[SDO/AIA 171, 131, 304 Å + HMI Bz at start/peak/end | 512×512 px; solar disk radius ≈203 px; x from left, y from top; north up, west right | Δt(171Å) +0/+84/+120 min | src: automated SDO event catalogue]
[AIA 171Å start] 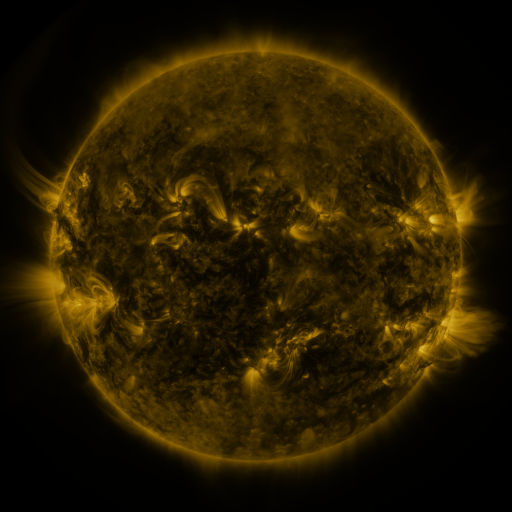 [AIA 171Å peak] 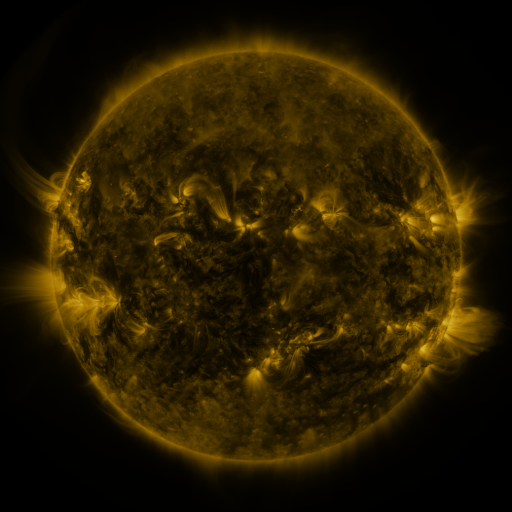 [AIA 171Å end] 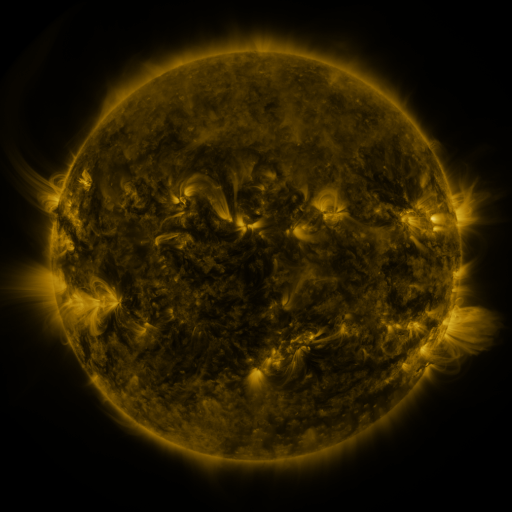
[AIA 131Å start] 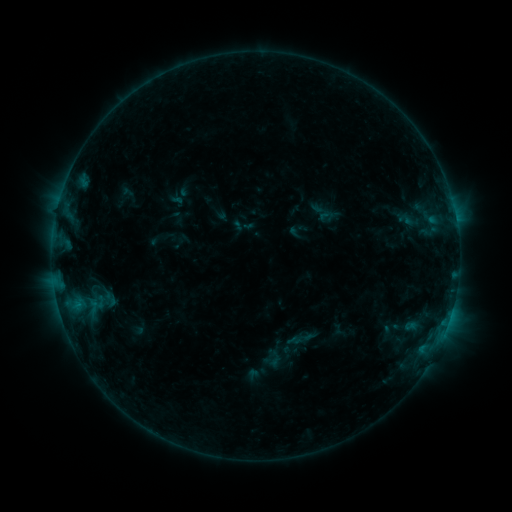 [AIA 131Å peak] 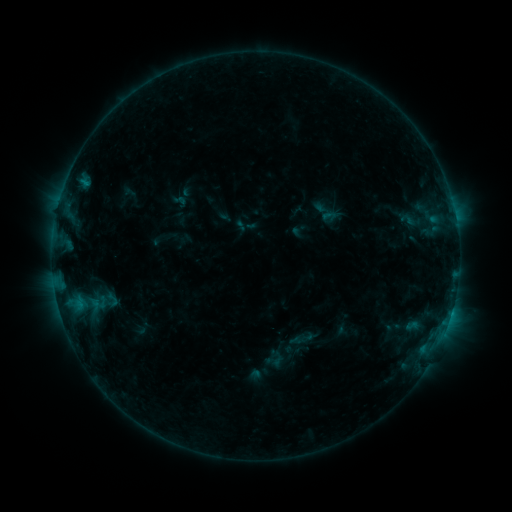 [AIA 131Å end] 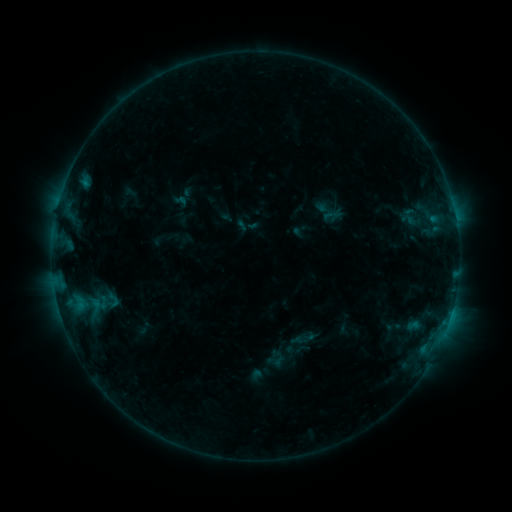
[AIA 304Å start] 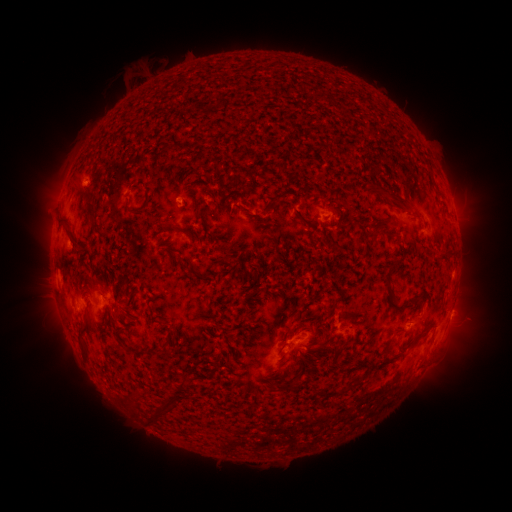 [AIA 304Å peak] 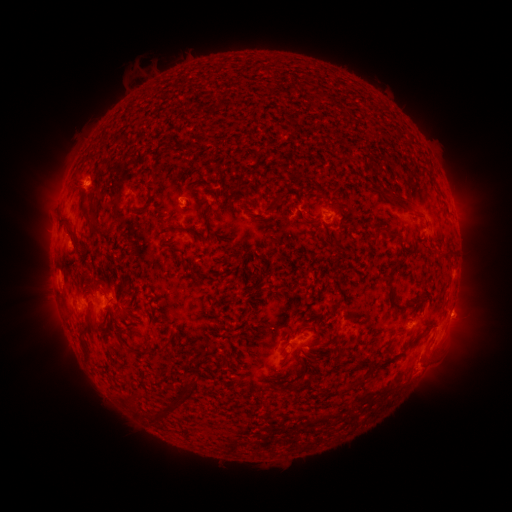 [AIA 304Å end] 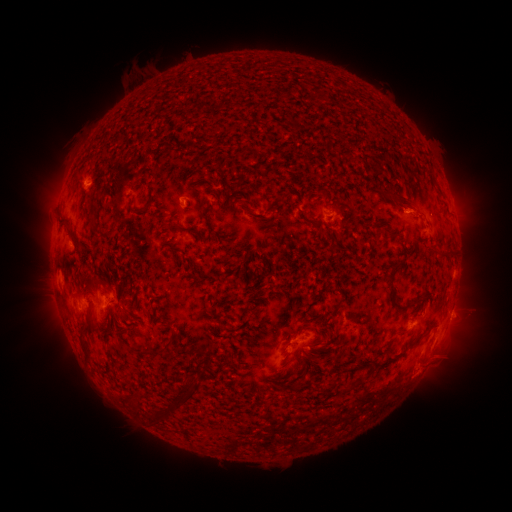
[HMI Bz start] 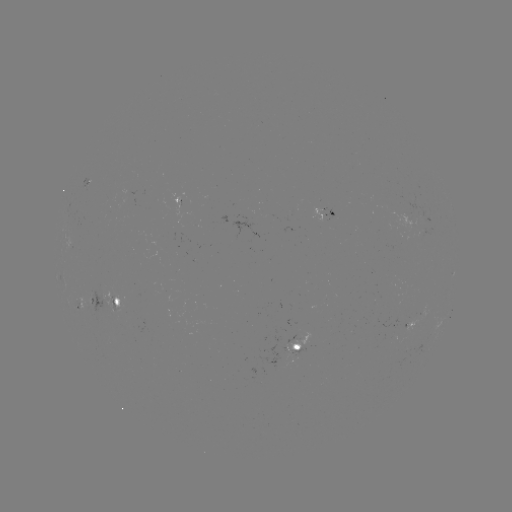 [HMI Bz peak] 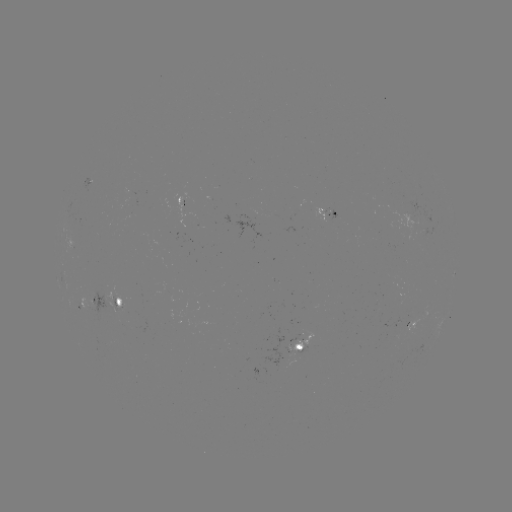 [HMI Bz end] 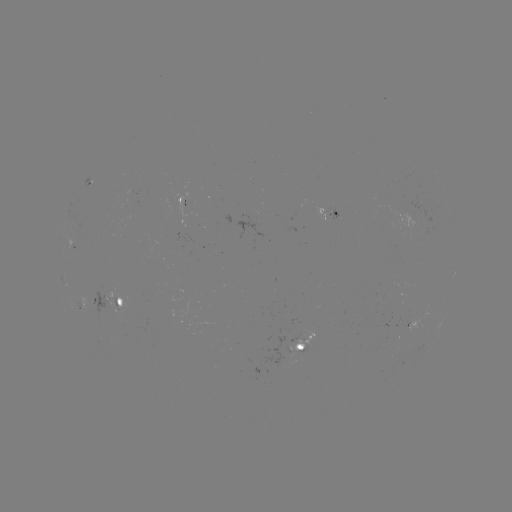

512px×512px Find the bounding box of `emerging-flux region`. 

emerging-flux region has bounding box [234, 208, 261, 243].